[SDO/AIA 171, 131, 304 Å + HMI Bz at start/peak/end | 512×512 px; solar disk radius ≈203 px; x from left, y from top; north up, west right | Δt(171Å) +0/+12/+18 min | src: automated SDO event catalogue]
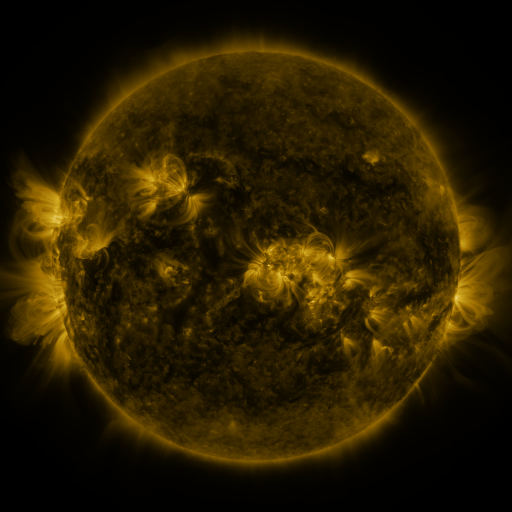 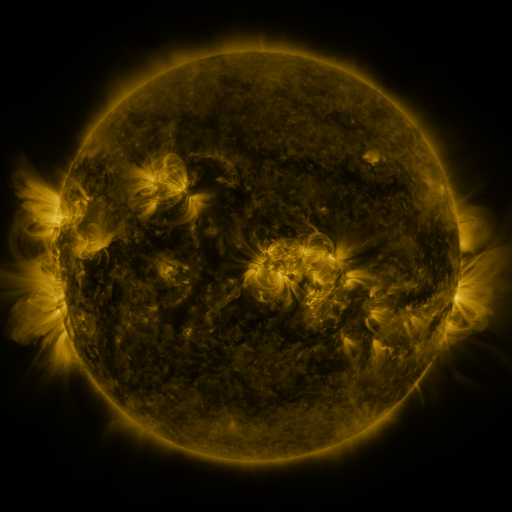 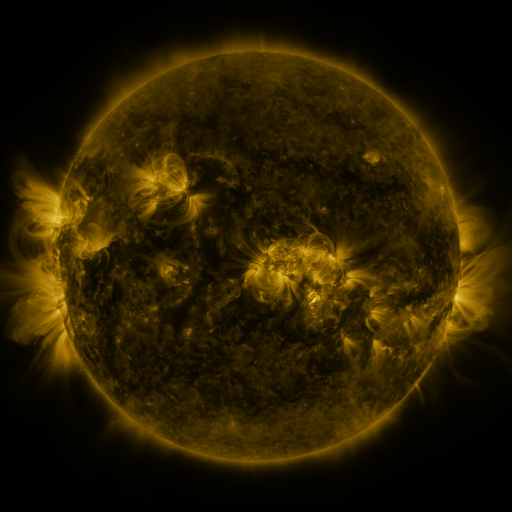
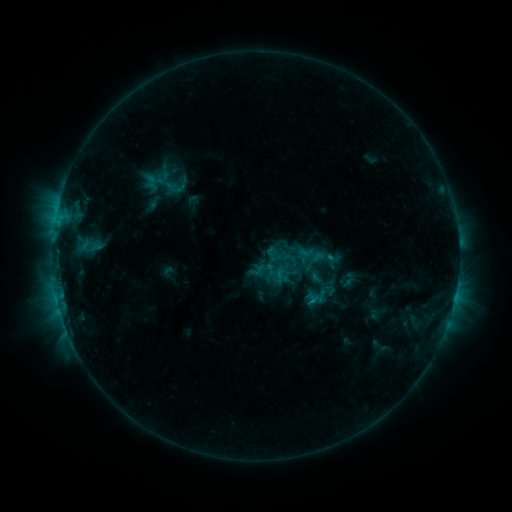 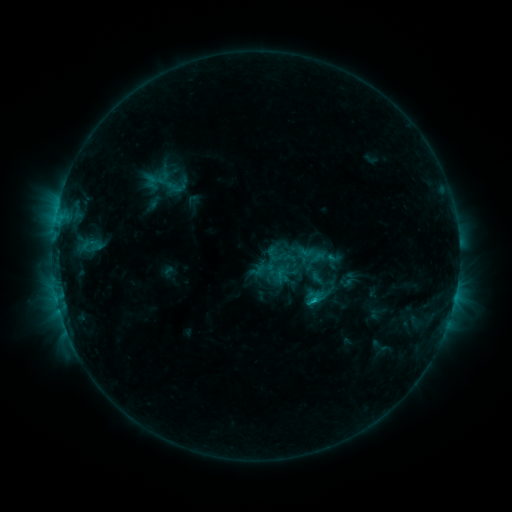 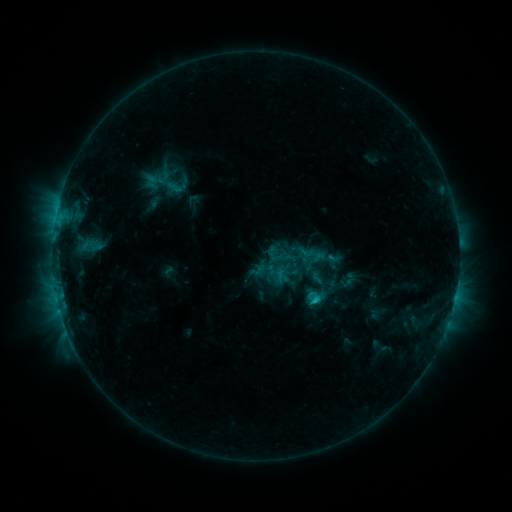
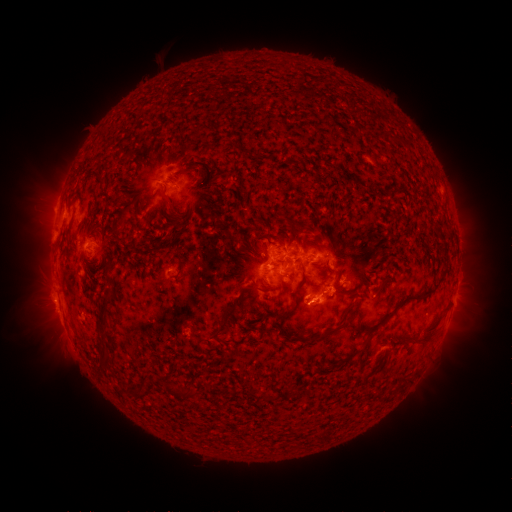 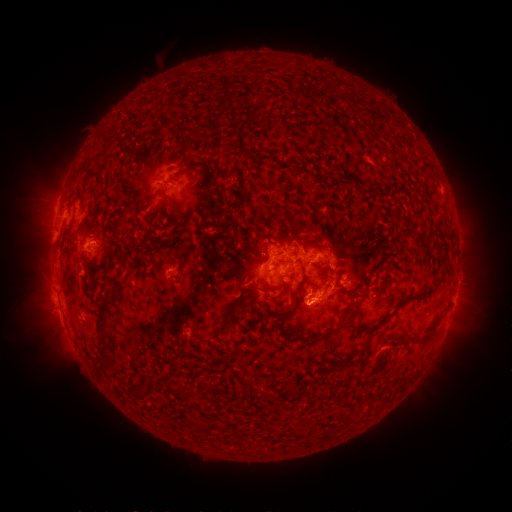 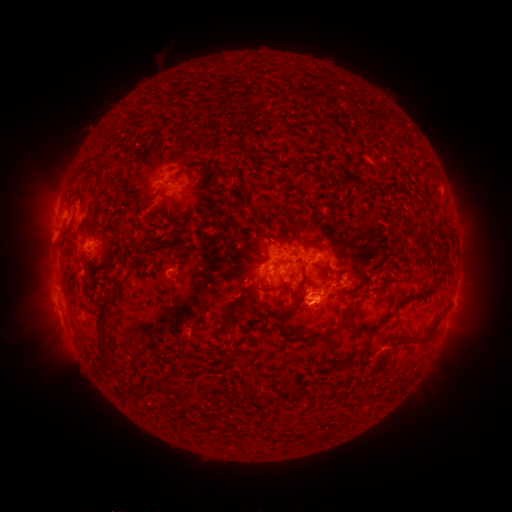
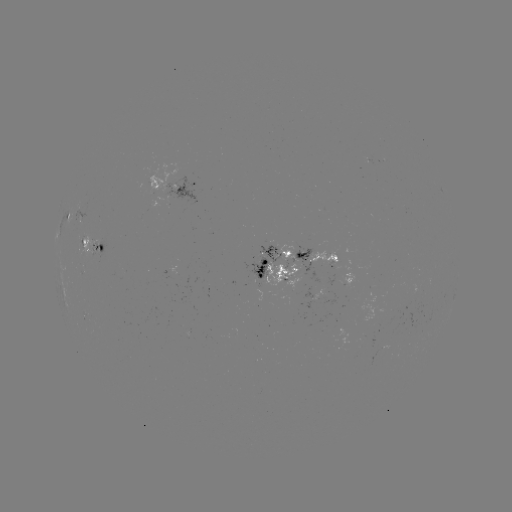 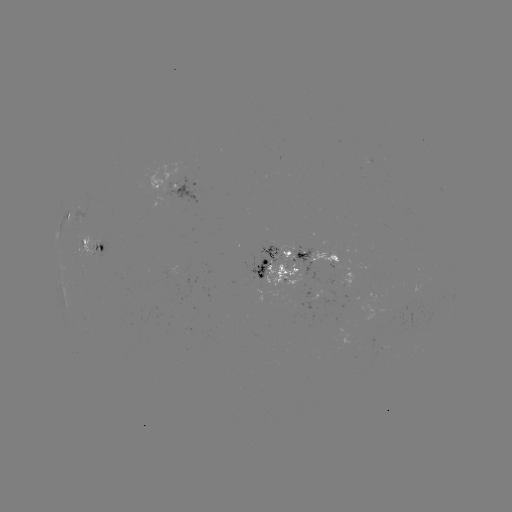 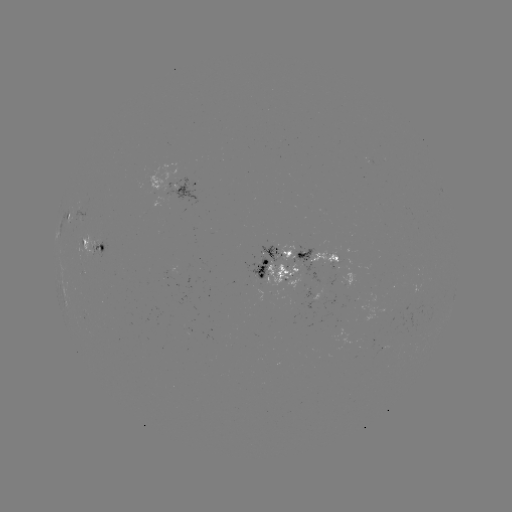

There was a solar flare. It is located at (315, 299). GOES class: C1.6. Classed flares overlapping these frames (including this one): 1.